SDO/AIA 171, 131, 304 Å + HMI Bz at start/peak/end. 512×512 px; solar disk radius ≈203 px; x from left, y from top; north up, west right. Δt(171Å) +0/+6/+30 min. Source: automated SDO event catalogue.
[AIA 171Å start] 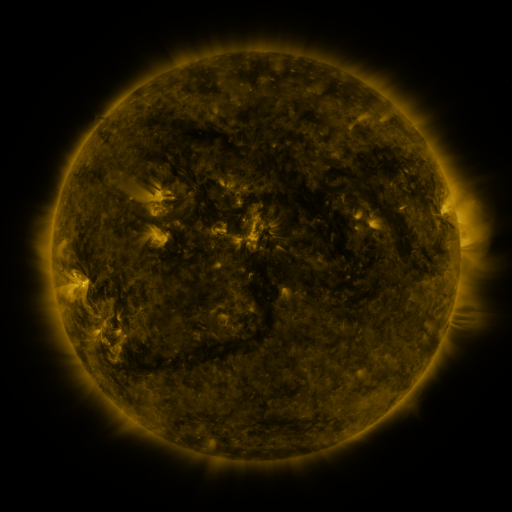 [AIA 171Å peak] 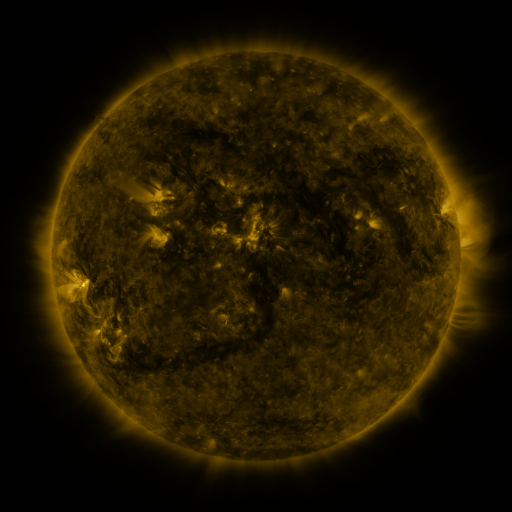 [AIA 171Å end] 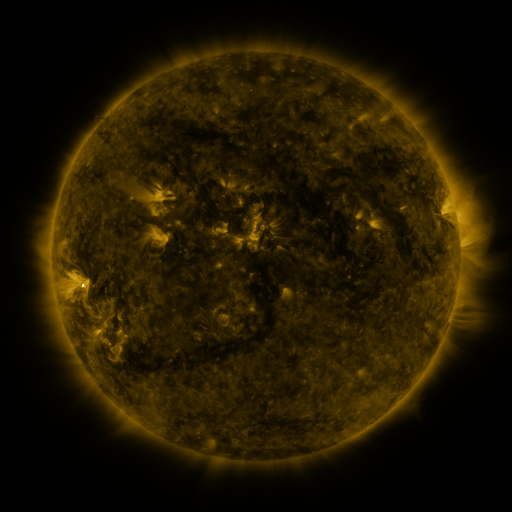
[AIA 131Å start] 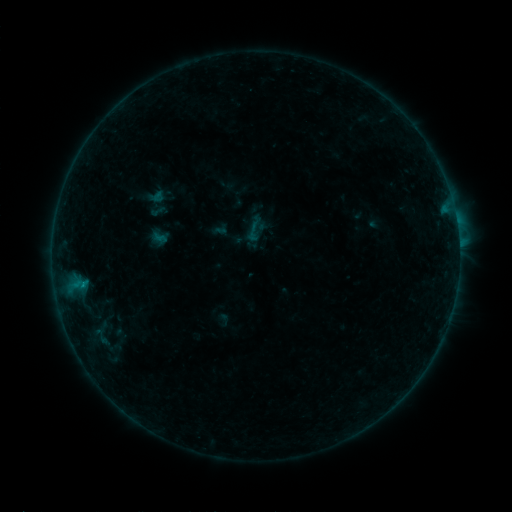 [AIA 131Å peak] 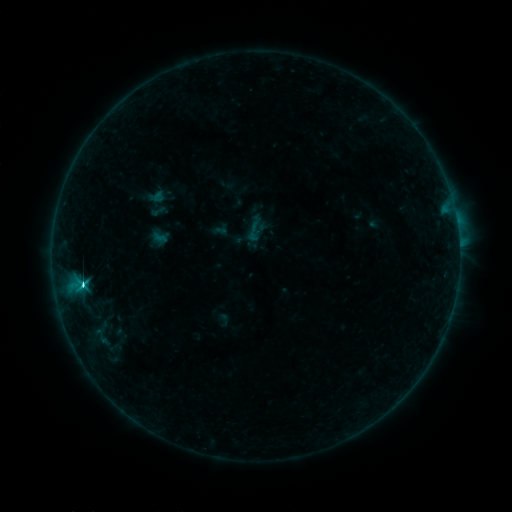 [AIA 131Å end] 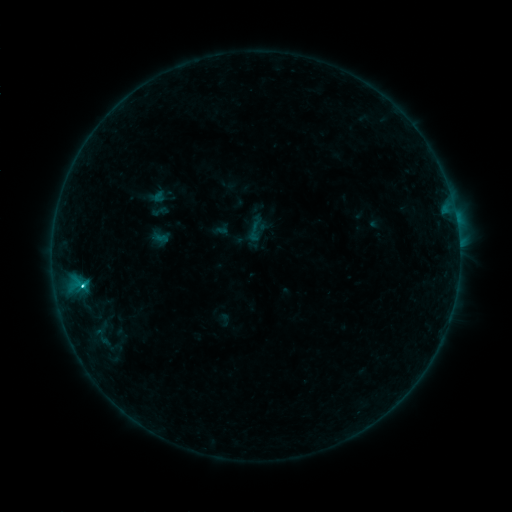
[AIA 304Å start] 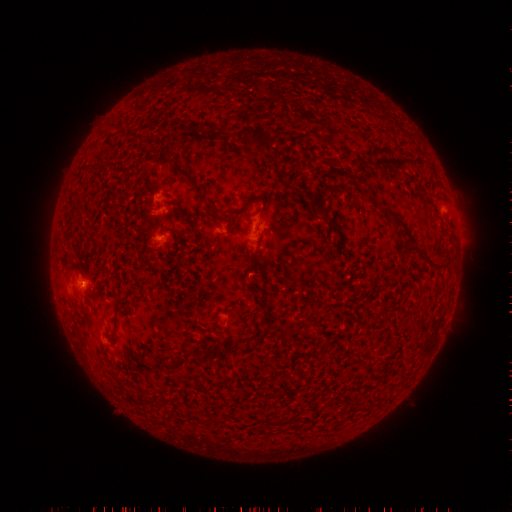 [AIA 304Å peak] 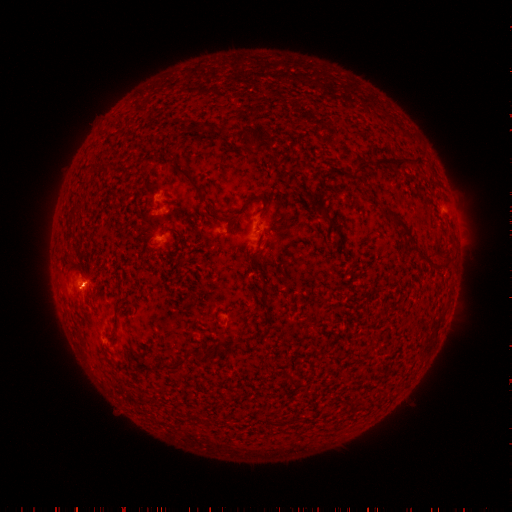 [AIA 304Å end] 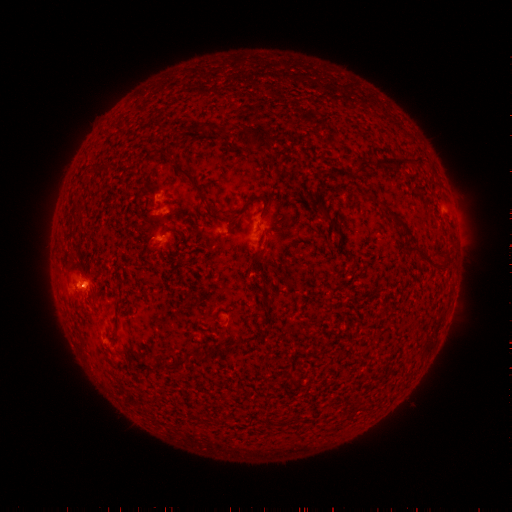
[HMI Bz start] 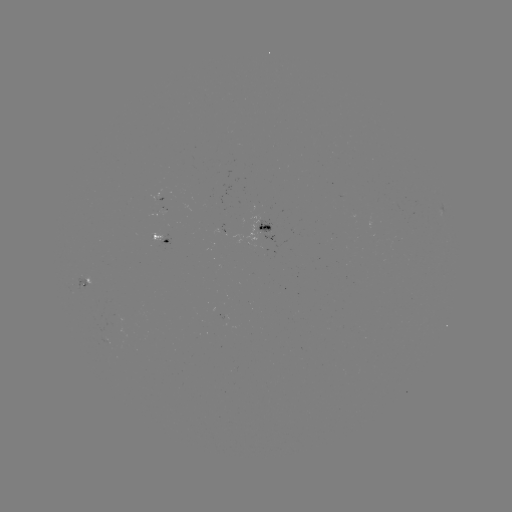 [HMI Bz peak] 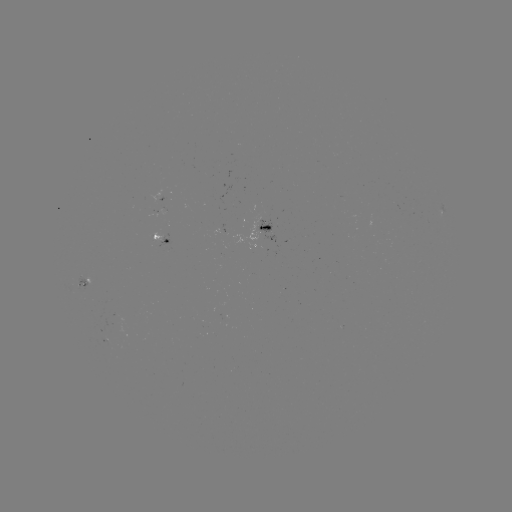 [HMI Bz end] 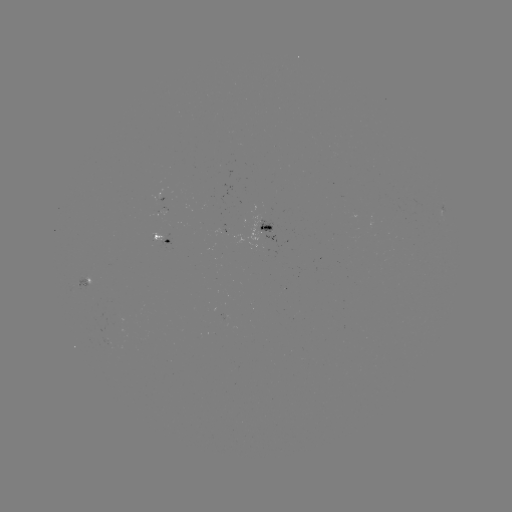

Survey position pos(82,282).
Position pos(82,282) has C2.6 flare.